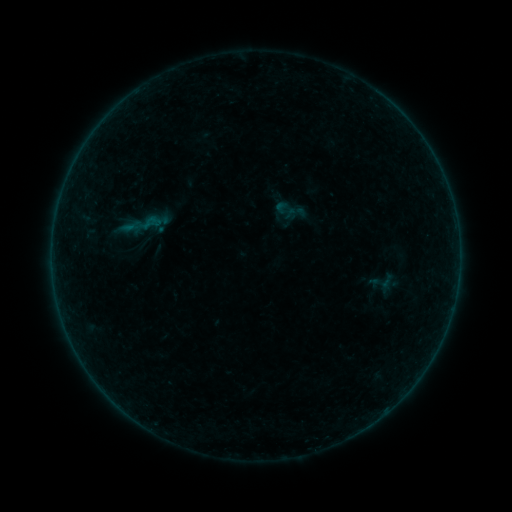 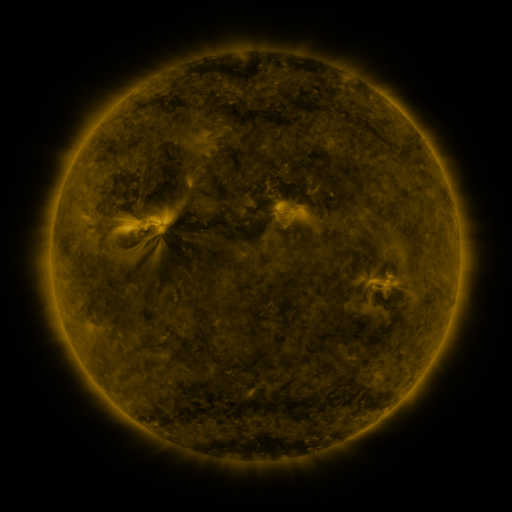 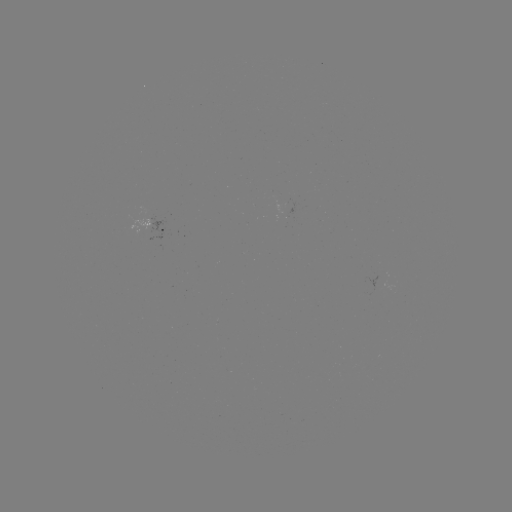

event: sigmoid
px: (150, 223)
